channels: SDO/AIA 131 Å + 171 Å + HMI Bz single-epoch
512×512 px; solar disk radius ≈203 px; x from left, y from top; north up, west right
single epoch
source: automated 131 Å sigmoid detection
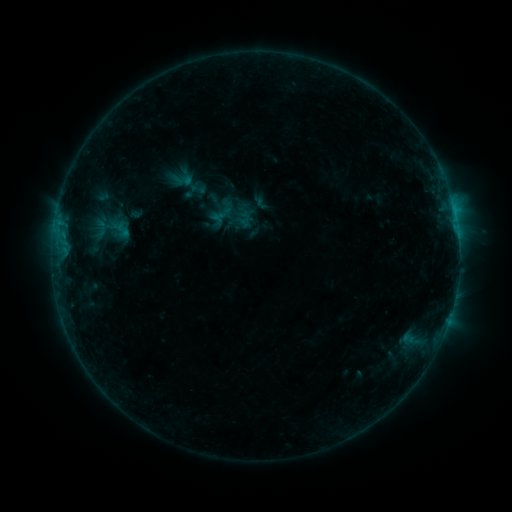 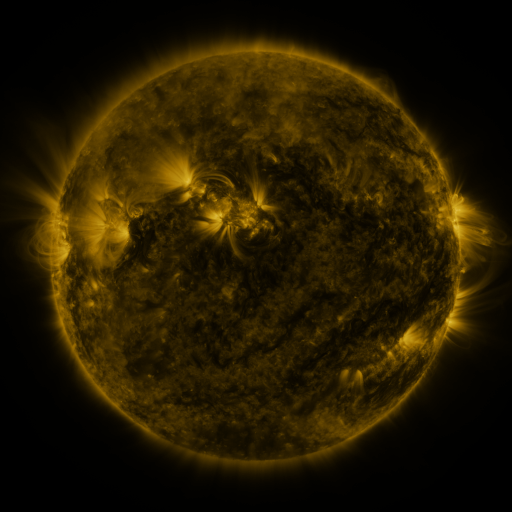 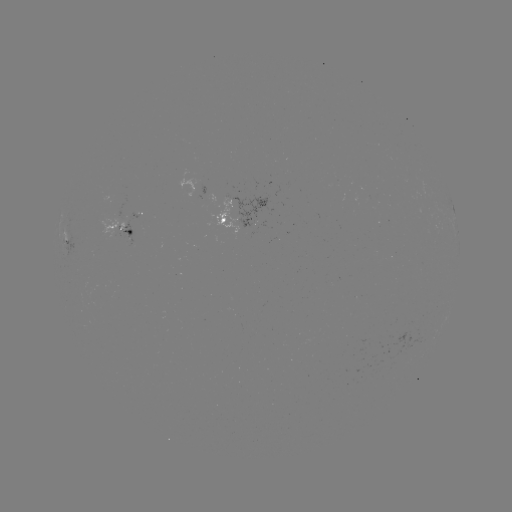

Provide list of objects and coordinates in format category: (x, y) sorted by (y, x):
sigmoid: (185, 180)
sigmoid: (198, 189)
